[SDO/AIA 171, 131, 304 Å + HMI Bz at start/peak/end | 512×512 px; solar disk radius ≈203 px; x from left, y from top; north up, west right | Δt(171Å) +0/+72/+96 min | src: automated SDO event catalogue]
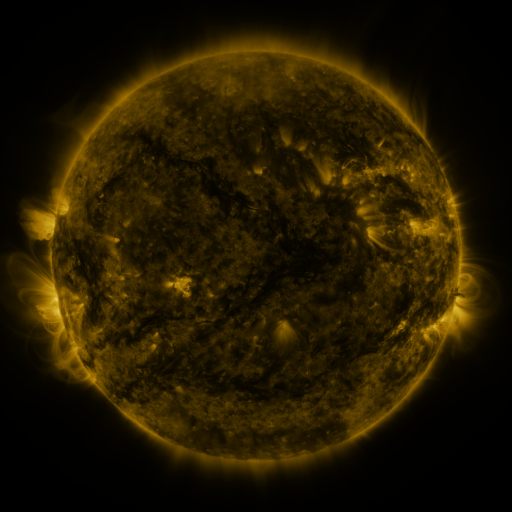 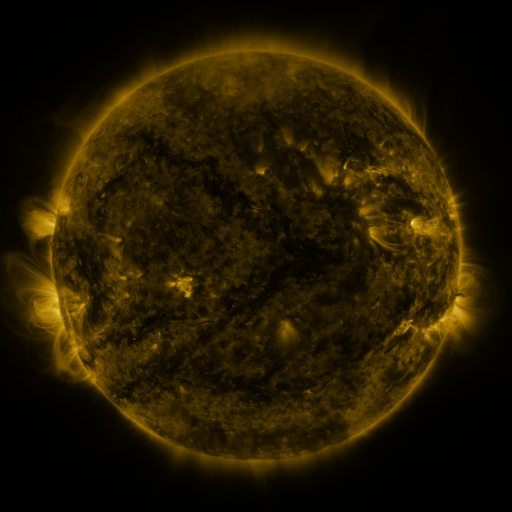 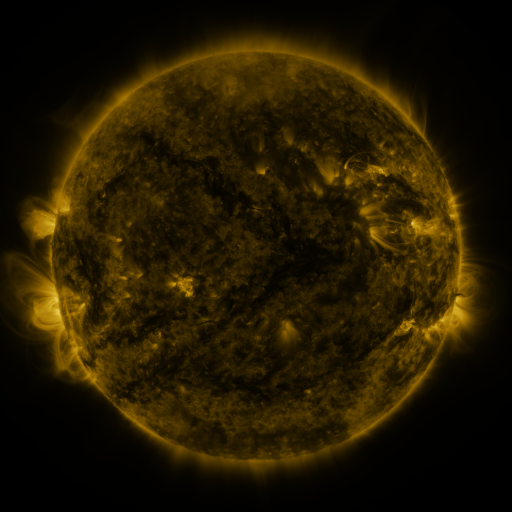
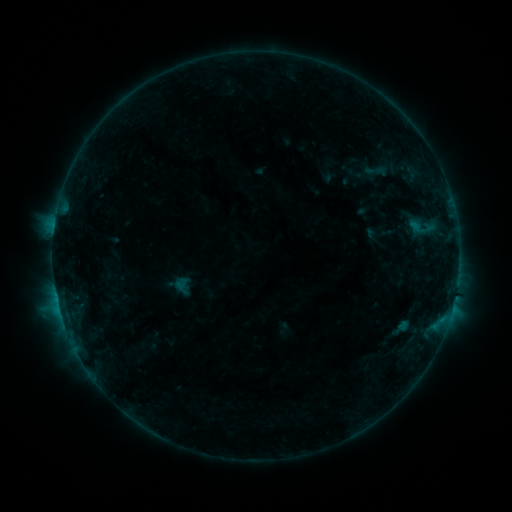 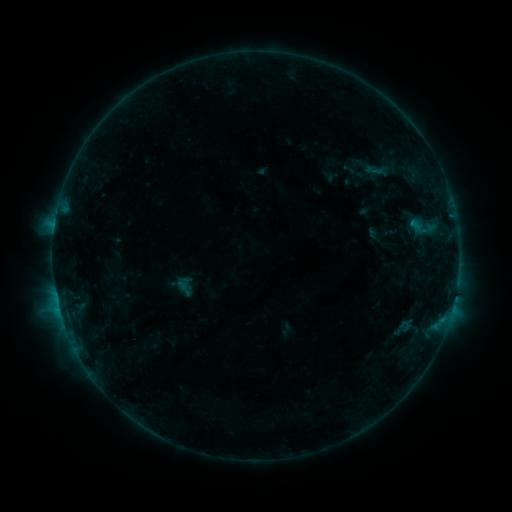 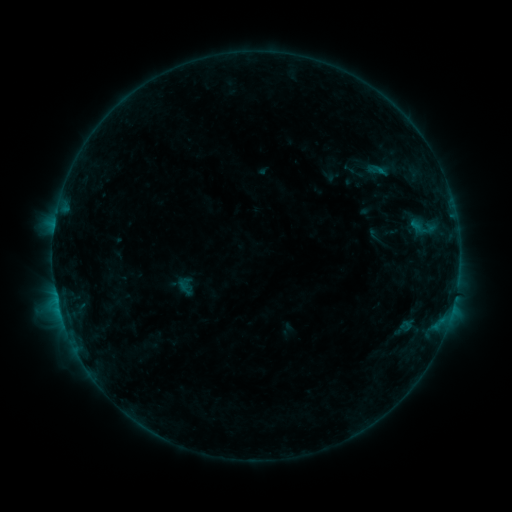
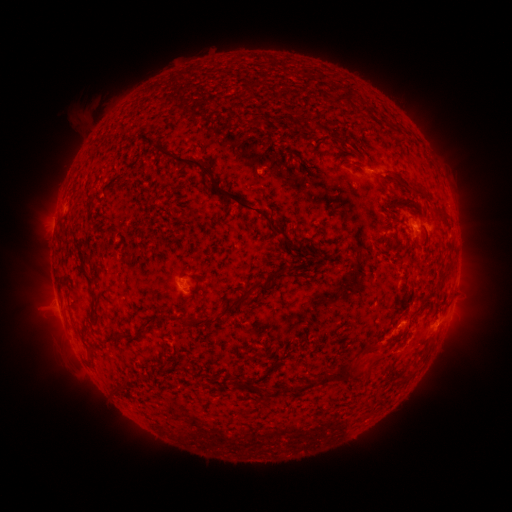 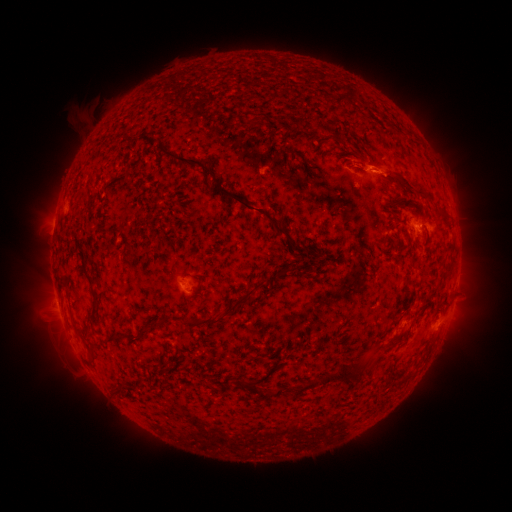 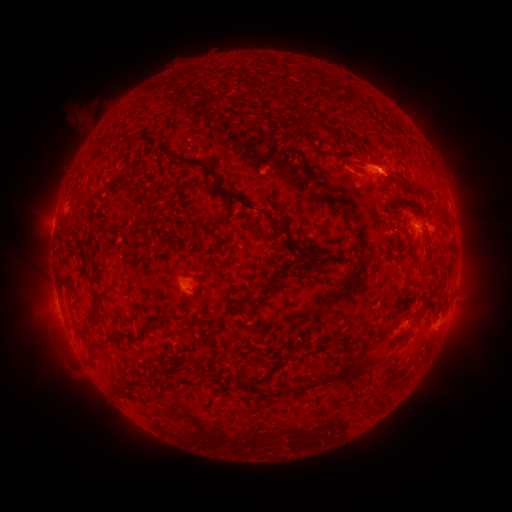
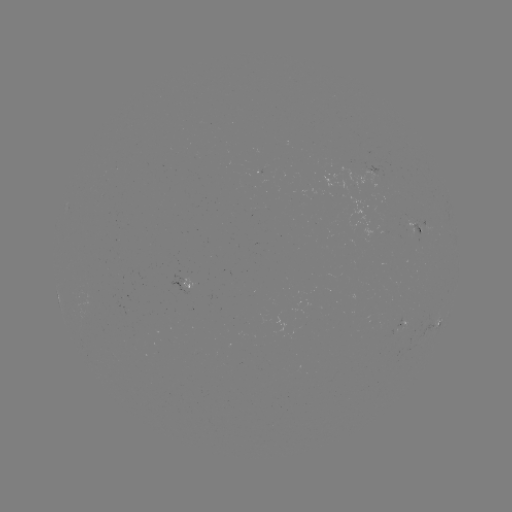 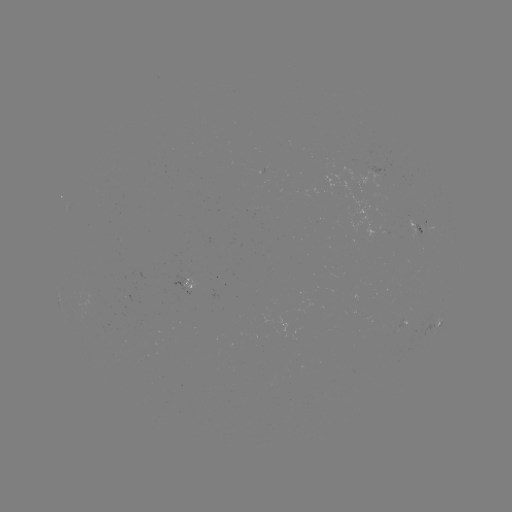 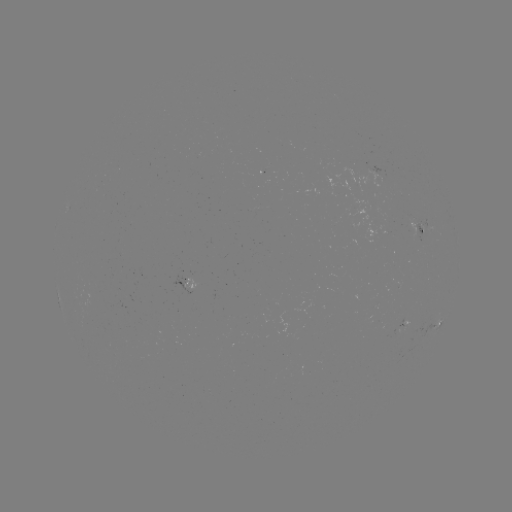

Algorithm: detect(emerging-flux region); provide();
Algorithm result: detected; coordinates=(415, 232)